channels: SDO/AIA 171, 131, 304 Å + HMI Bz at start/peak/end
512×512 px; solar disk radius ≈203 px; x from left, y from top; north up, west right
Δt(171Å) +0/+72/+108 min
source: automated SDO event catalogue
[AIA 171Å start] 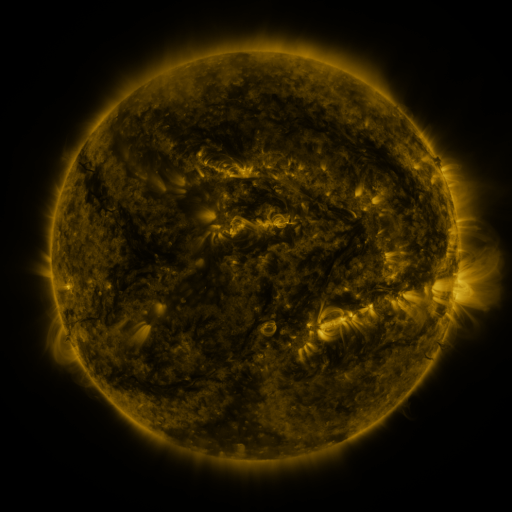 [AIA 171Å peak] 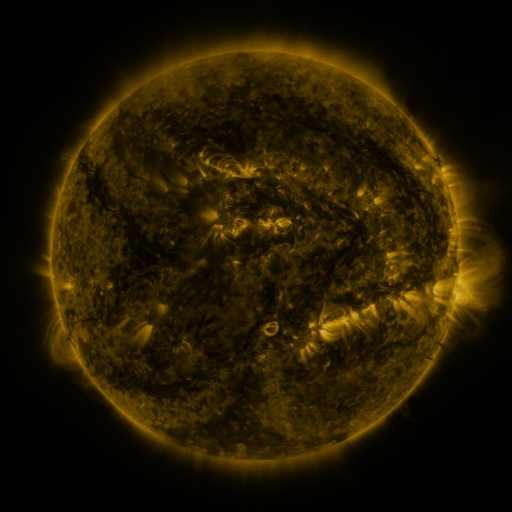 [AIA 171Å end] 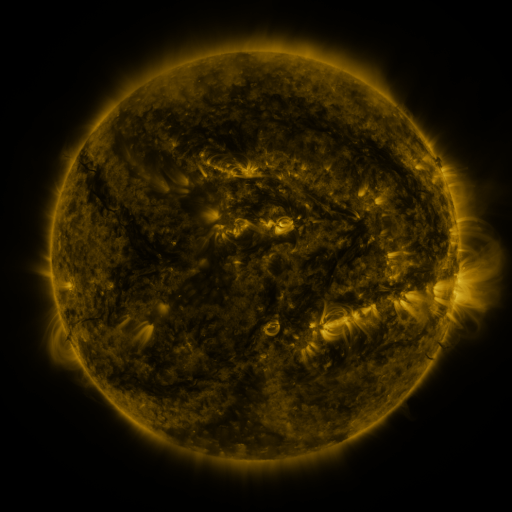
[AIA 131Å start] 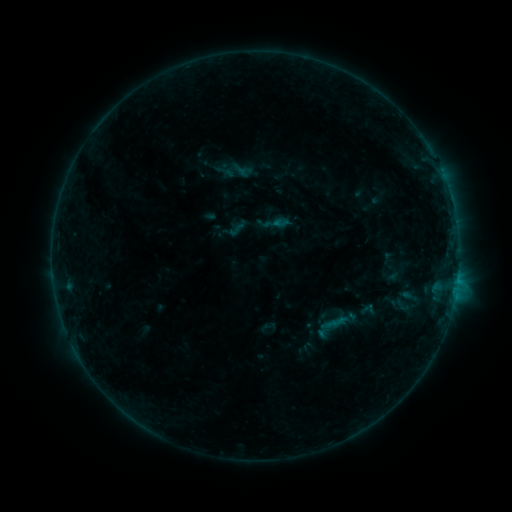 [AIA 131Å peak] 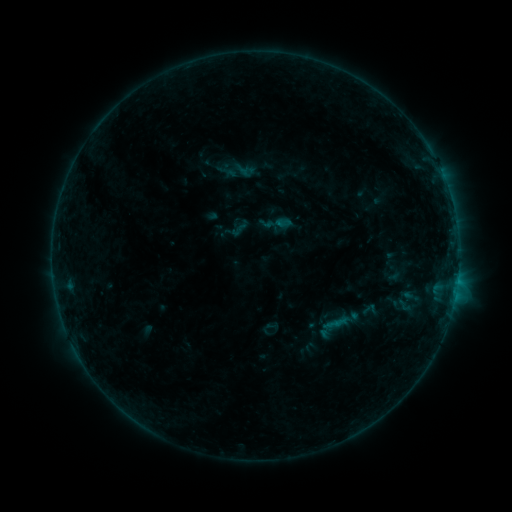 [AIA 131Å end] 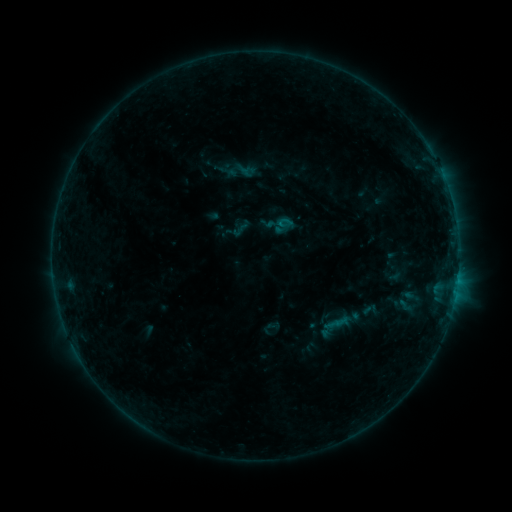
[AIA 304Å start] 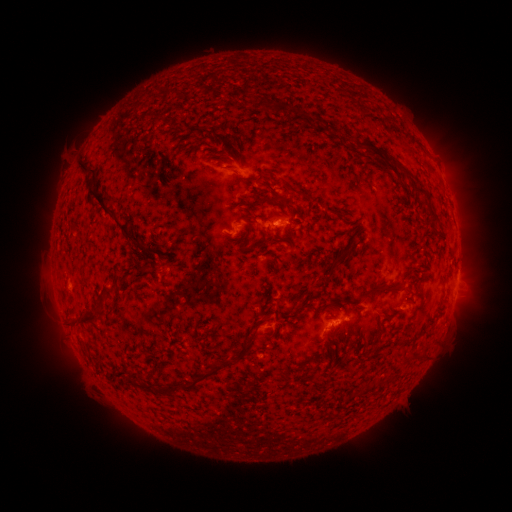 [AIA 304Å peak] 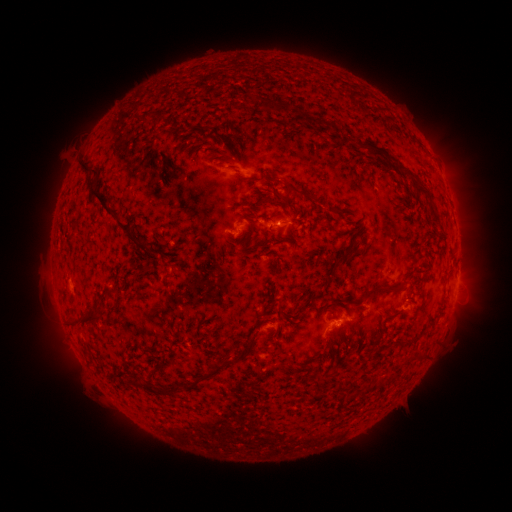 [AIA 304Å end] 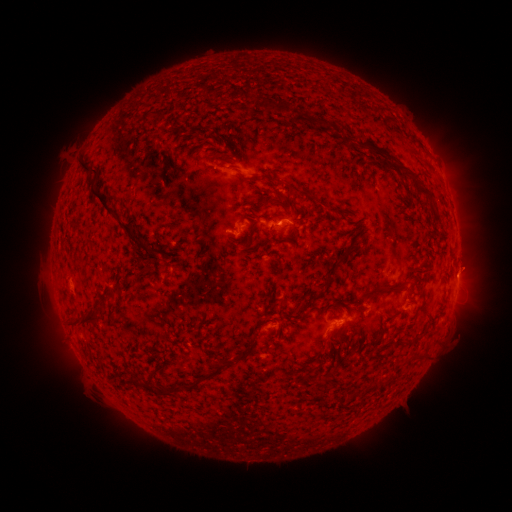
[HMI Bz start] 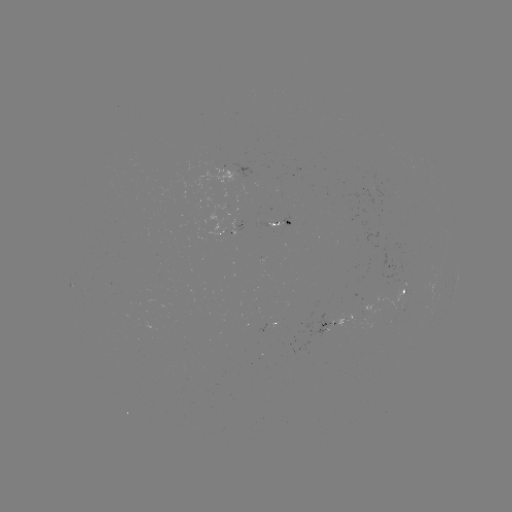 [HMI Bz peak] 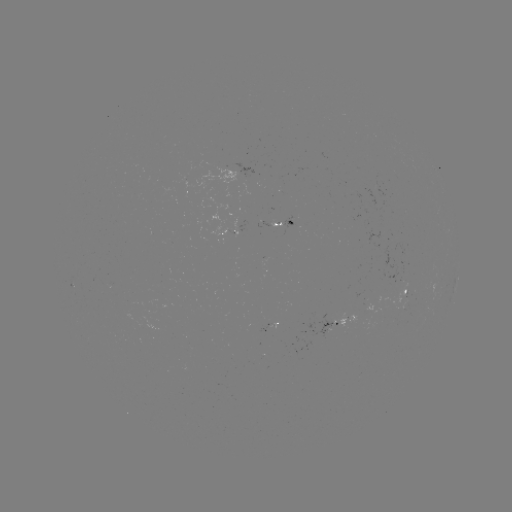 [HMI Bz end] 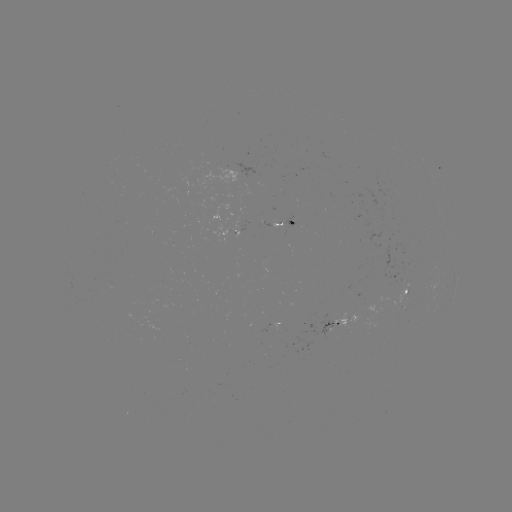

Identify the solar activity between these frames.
emerging-flux region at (402, 306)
